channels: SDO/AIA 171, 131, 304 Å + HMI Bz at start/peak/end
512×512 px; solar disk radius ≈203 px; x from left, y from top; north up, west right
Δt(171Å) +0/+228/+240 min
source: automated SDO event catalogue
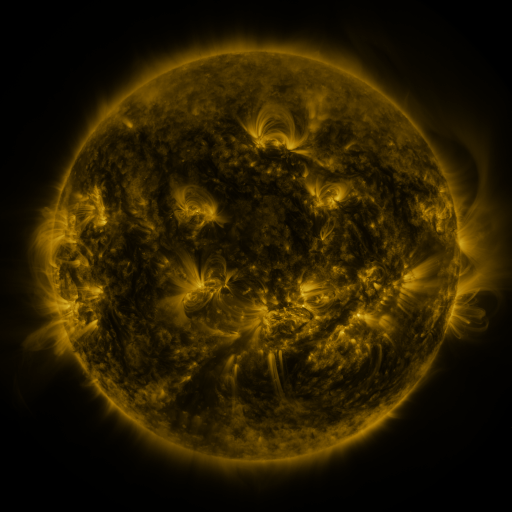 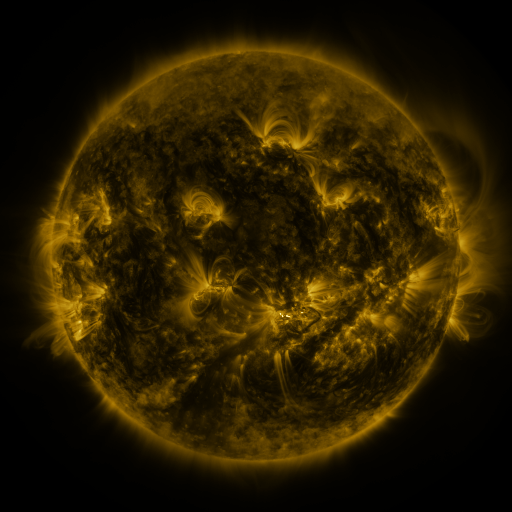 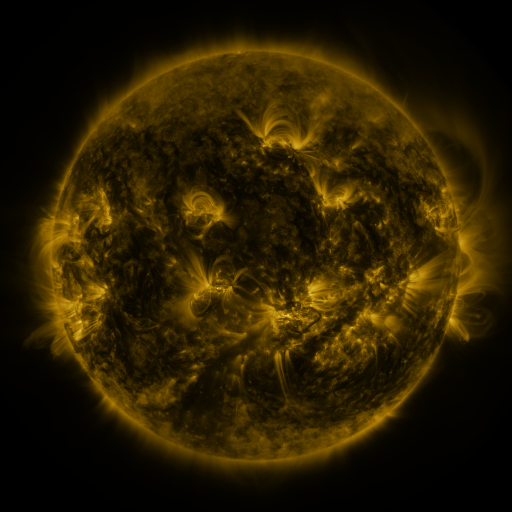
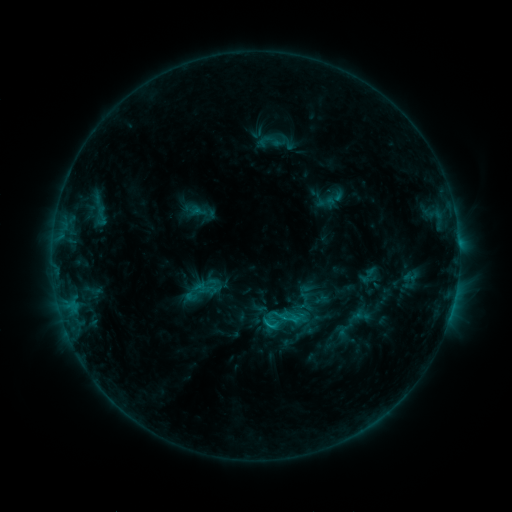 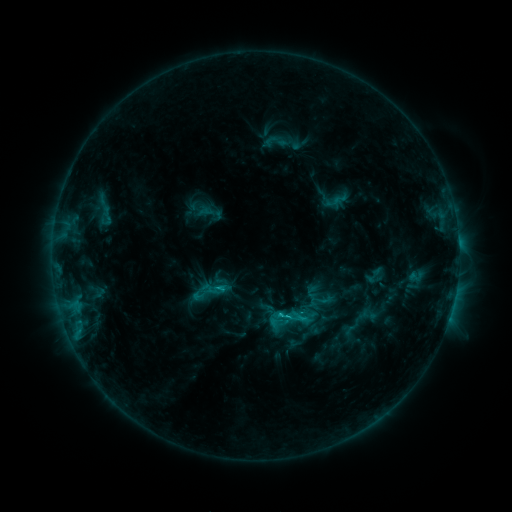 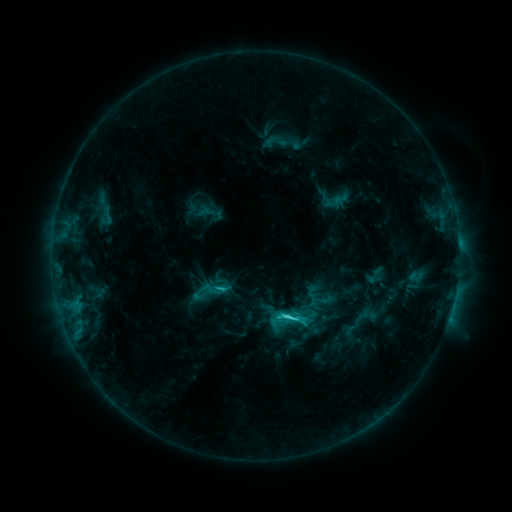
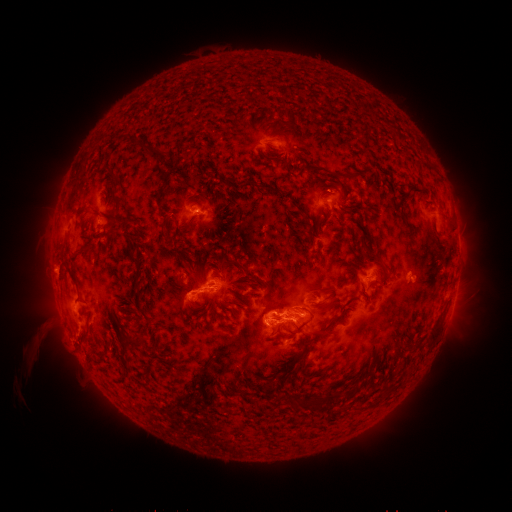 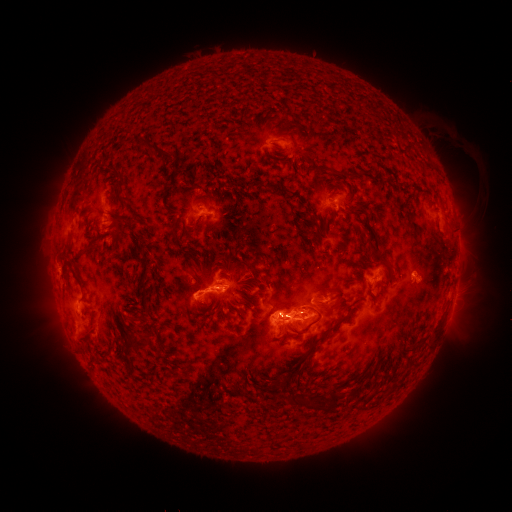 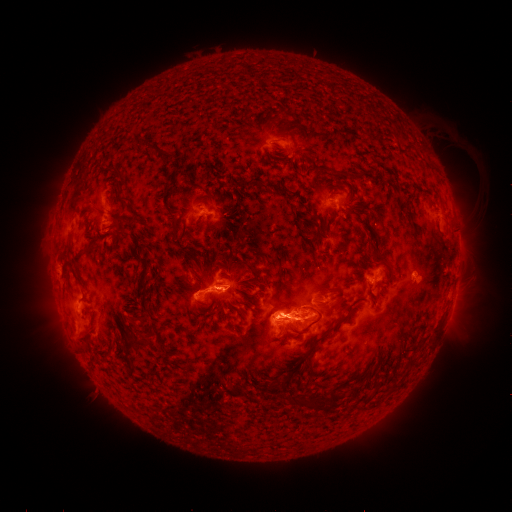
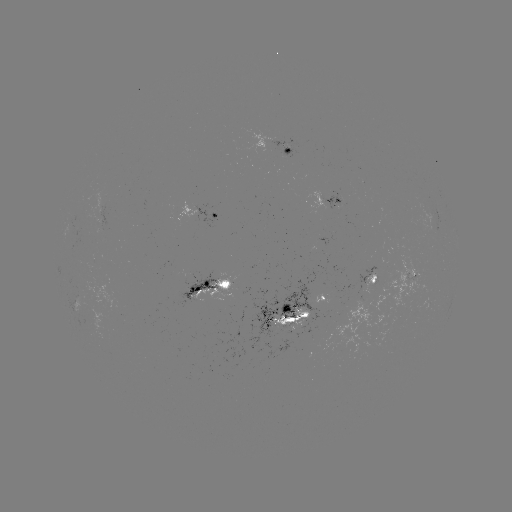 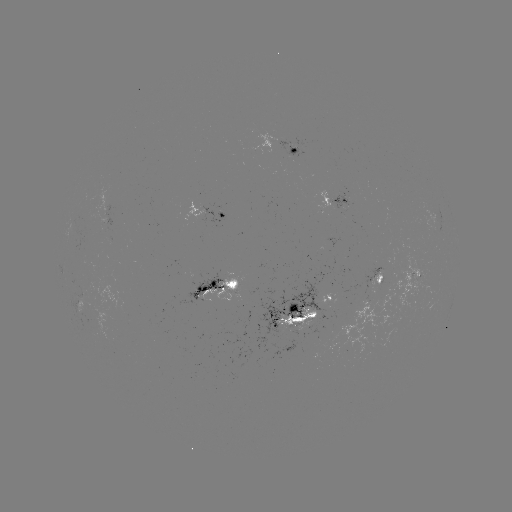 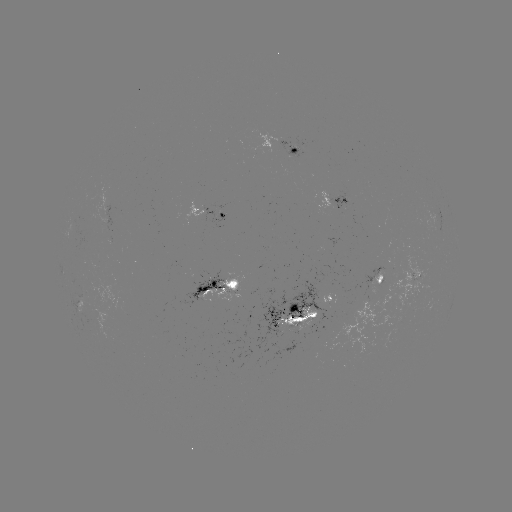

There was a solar emerging-flux region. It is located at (298, 322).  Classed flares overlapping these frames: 3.